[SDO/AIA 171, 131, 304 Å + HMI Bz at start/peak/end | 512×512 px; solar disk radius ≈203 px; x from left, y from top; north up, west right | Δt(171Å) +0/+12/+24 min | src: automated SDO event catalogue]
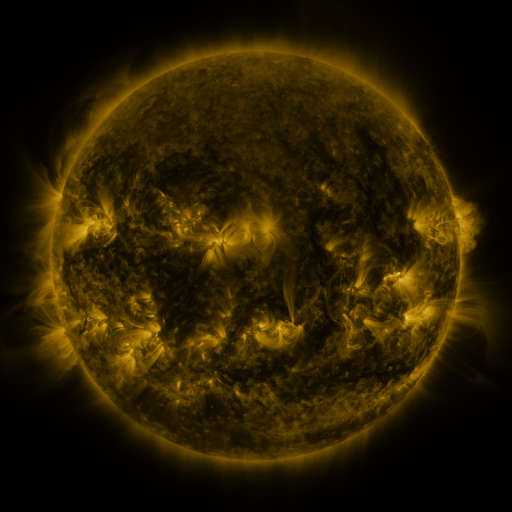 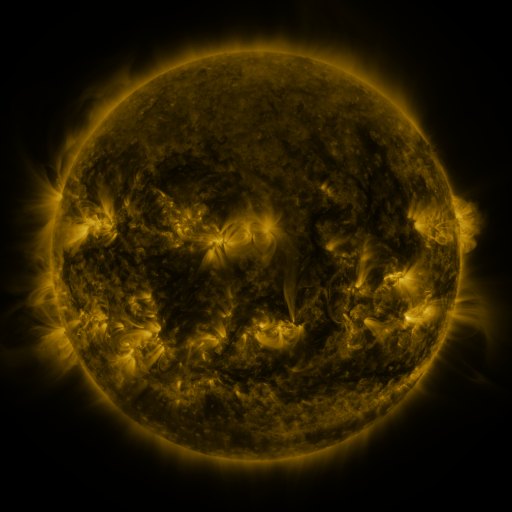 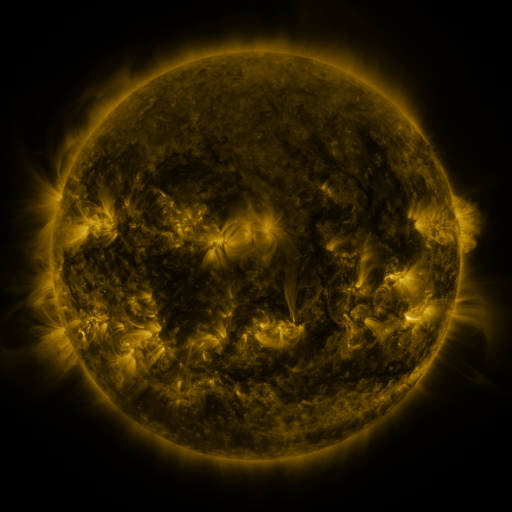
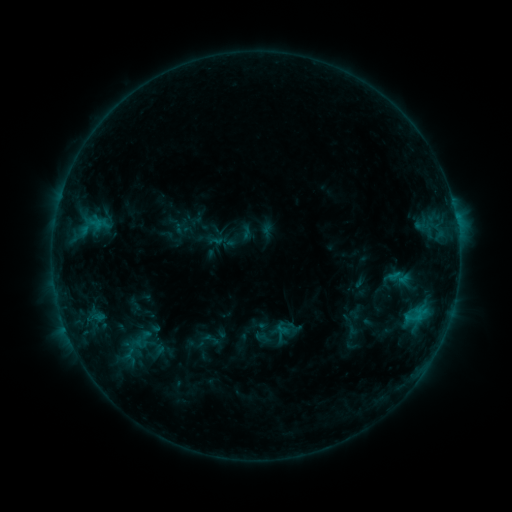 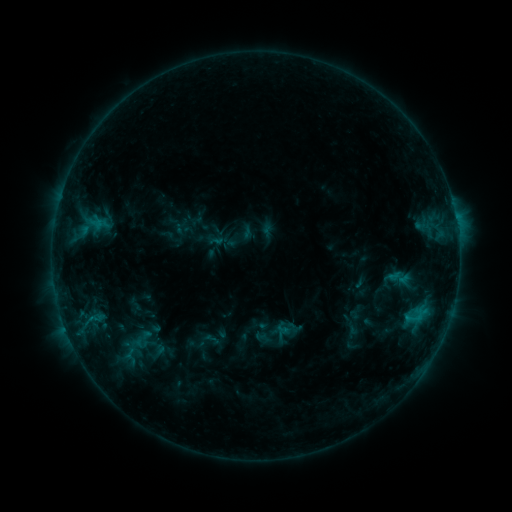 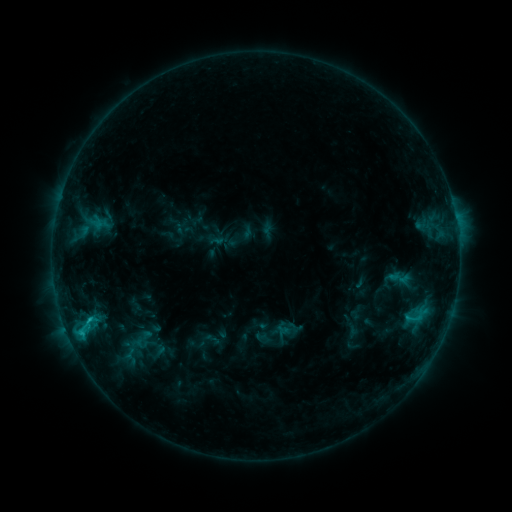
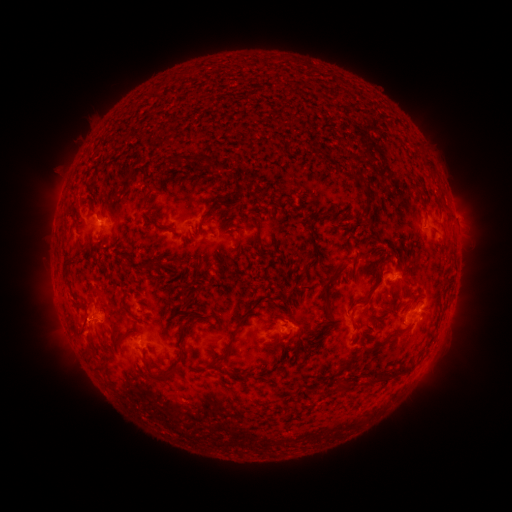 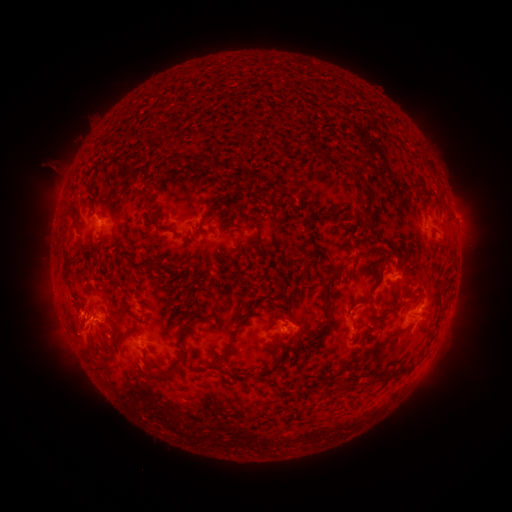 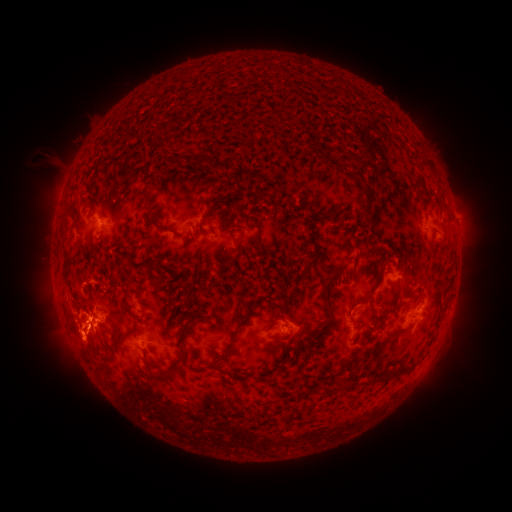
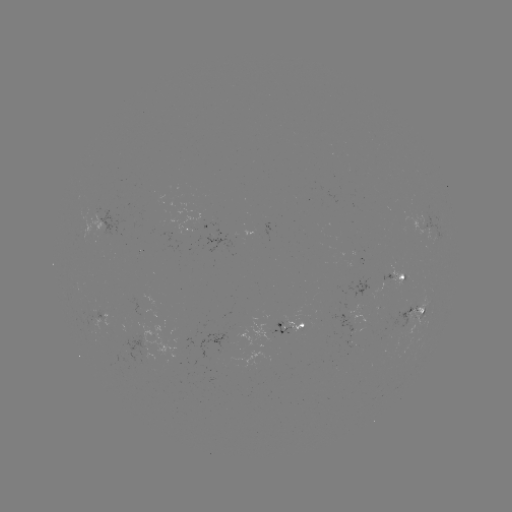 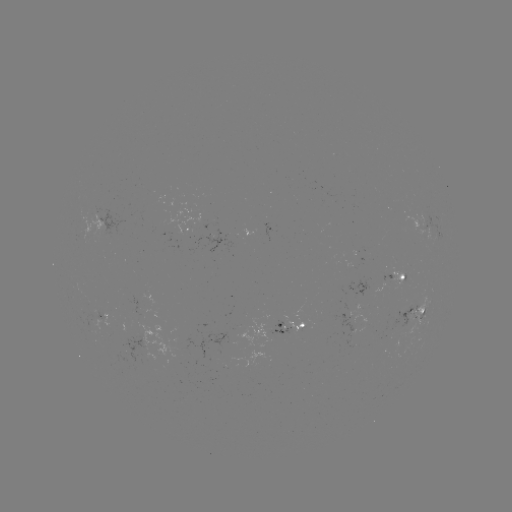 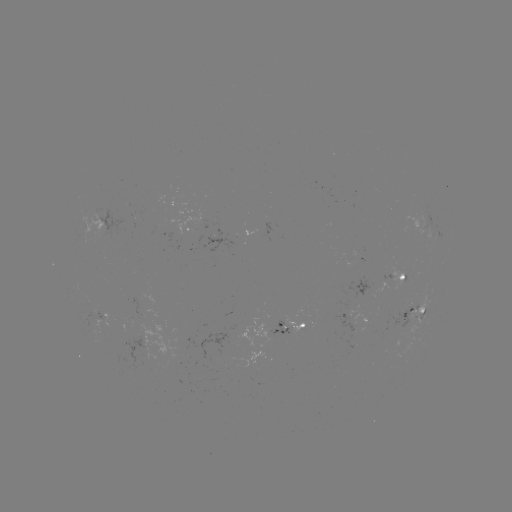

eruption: [32, 257, 134, 381]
